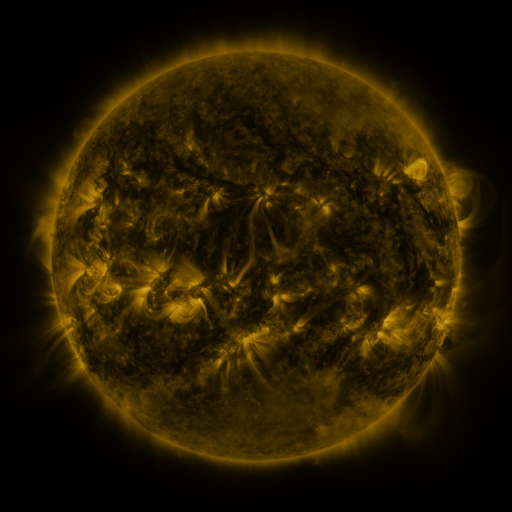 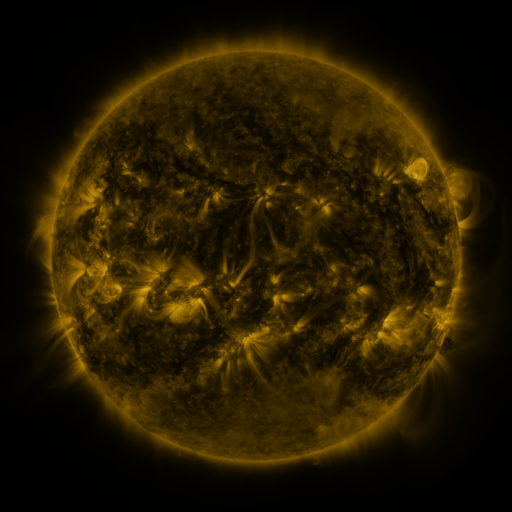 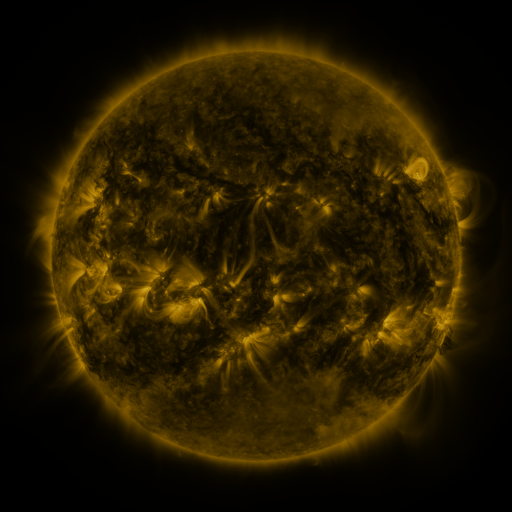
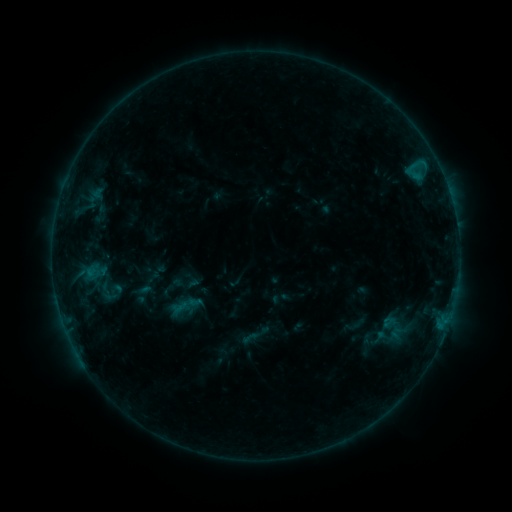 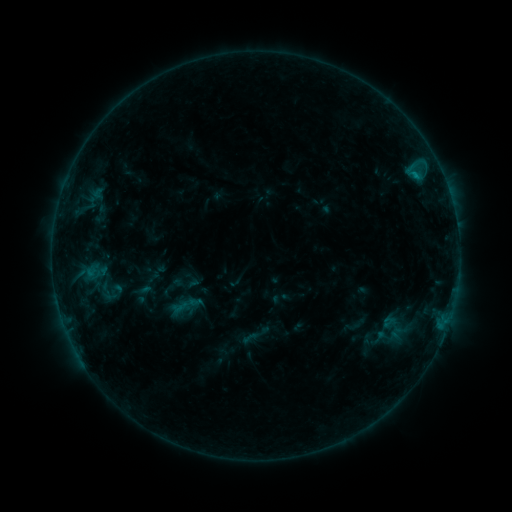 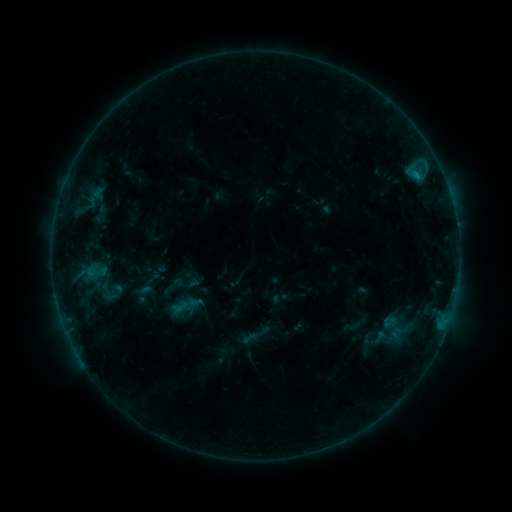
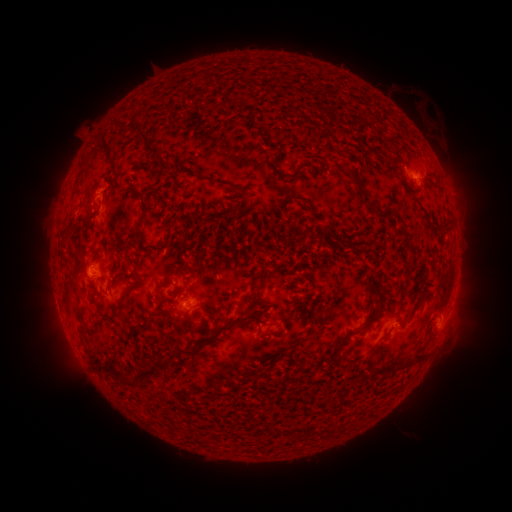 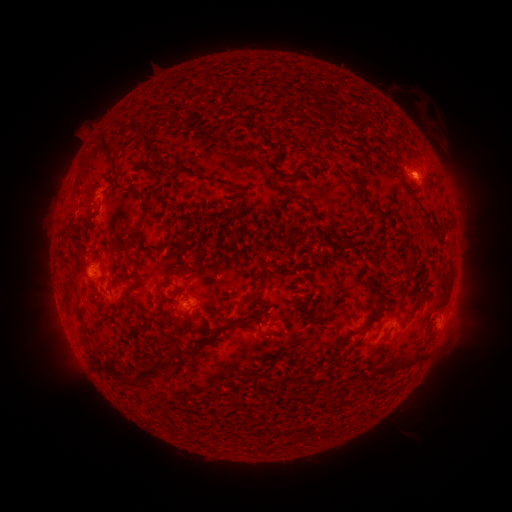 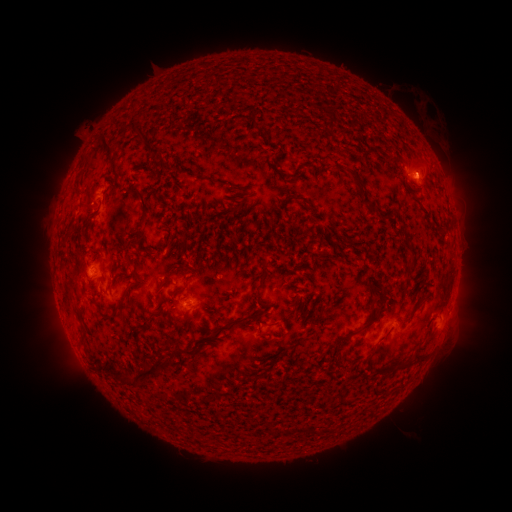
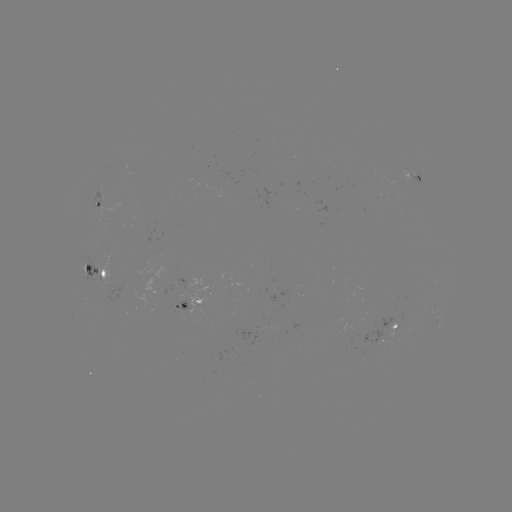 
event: eruption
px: (417, 168)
